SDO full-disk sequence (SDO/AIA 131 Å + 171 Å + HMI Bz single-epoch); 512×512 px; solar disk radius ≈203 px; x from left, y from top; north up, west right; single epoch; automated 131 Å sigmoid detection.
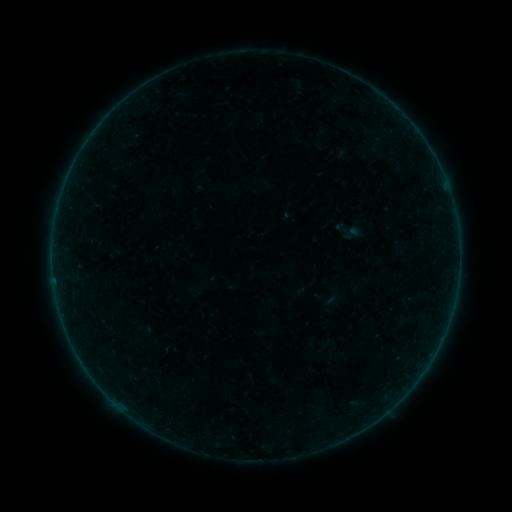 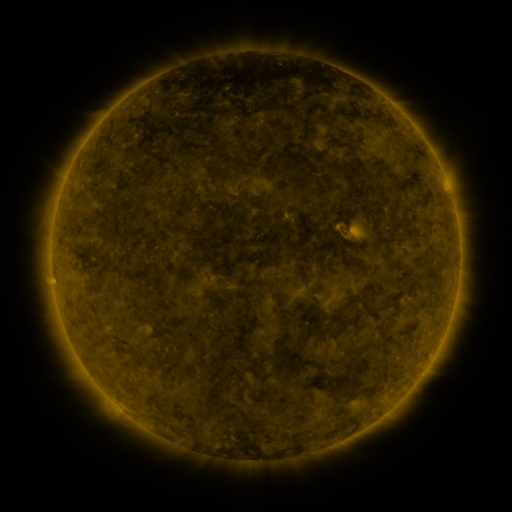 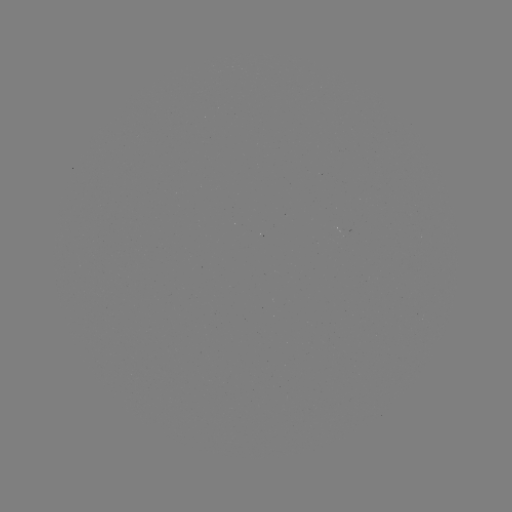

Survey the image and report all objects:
sigmoid: [330, 217, 365, 246]
